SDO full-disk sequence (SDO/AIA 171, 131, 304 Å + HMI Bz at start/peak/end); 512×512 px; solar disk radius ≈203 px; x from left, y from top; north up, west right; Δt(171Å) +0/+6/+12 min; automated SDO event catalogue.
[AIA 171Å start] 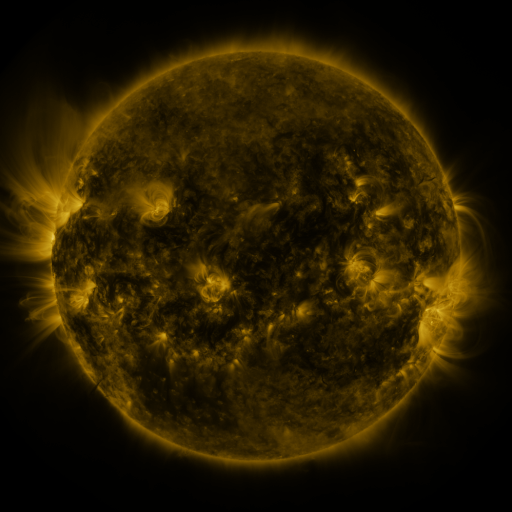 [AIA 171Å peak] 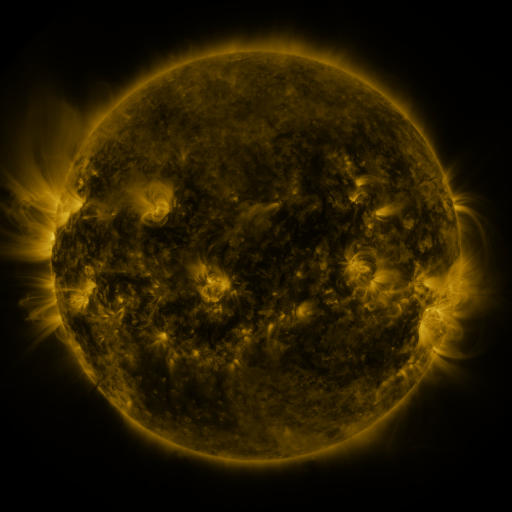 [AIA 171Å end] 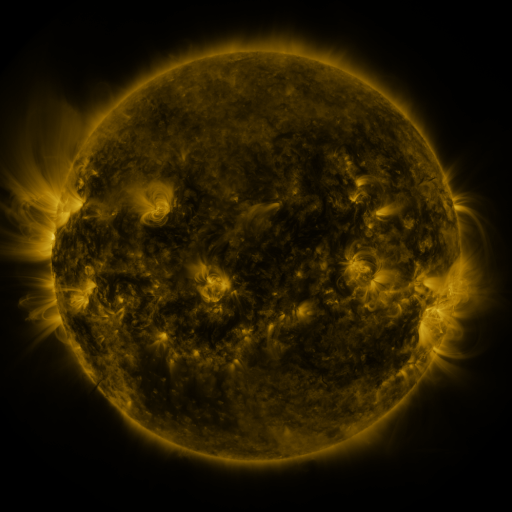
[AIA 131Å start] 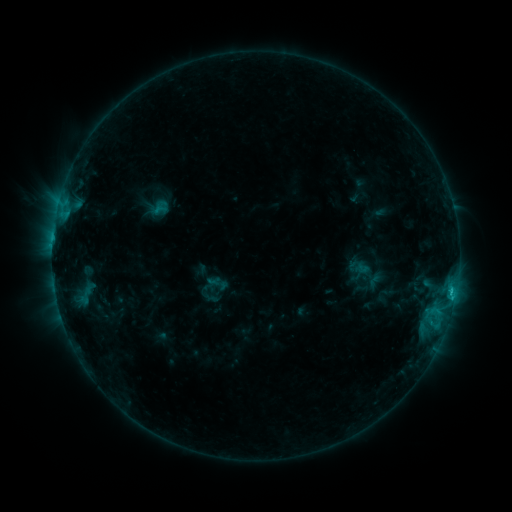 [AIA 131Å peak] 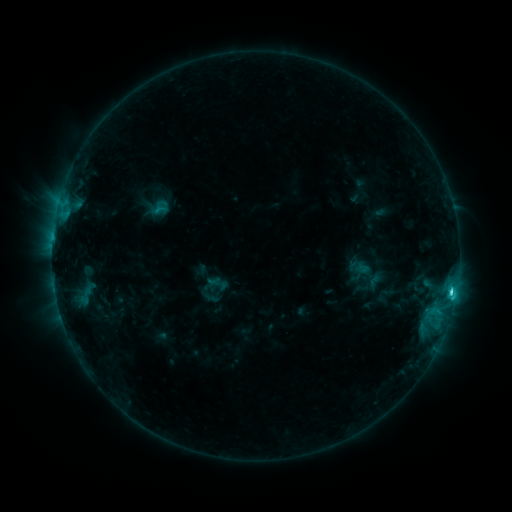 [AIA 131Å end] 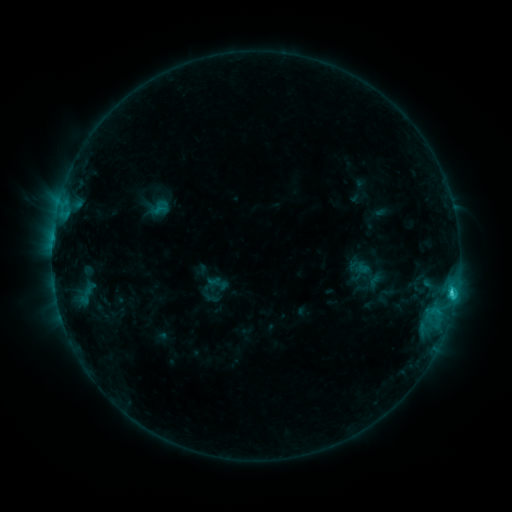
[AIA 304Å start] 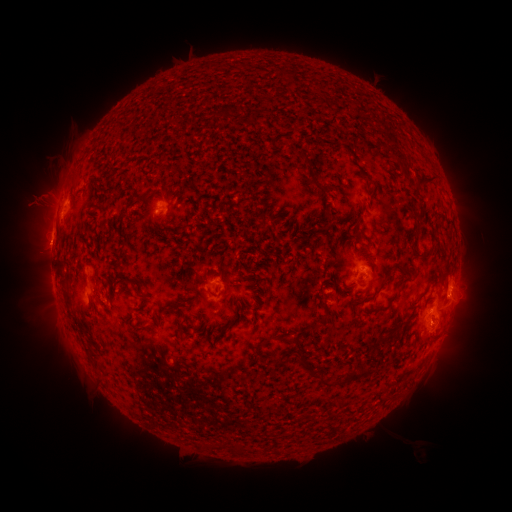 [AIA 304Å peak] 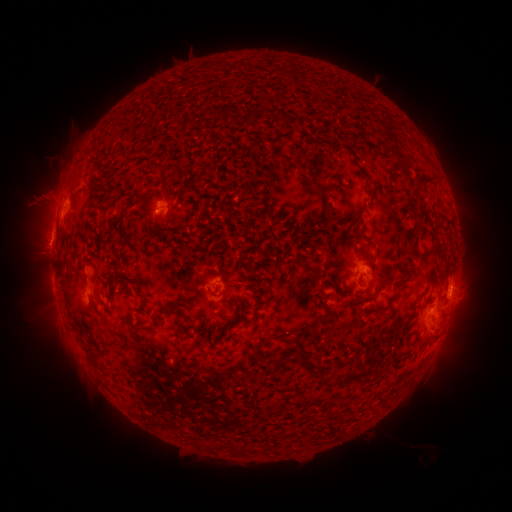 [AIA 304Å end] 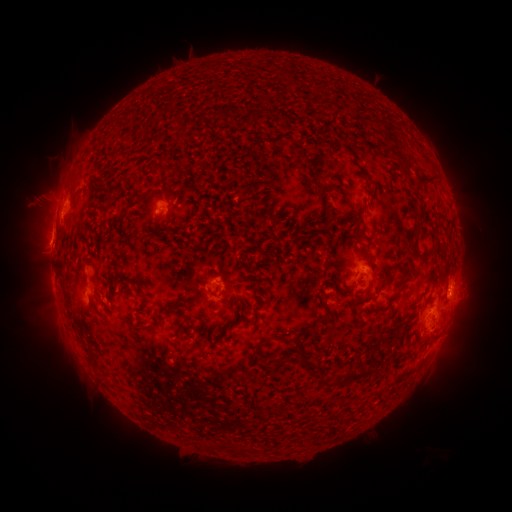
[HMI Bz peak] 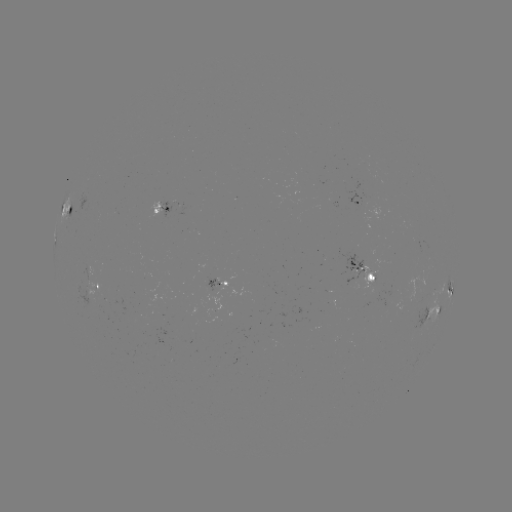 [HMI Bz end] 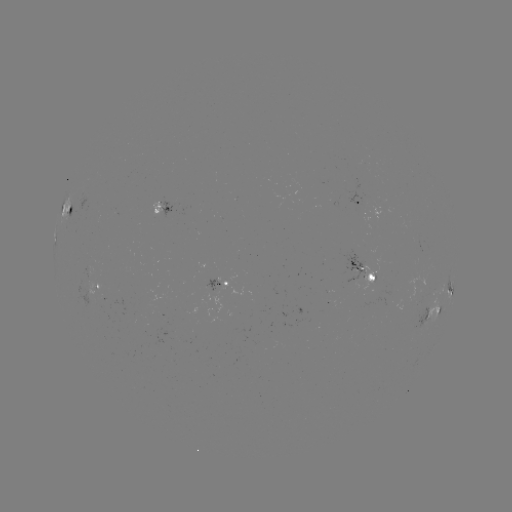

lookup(C2.7 flare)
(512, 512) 450,291